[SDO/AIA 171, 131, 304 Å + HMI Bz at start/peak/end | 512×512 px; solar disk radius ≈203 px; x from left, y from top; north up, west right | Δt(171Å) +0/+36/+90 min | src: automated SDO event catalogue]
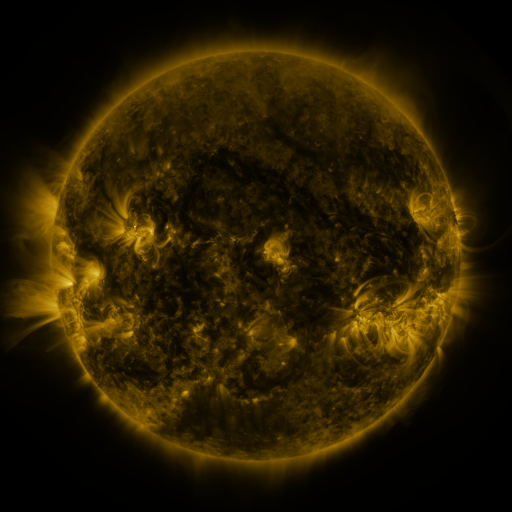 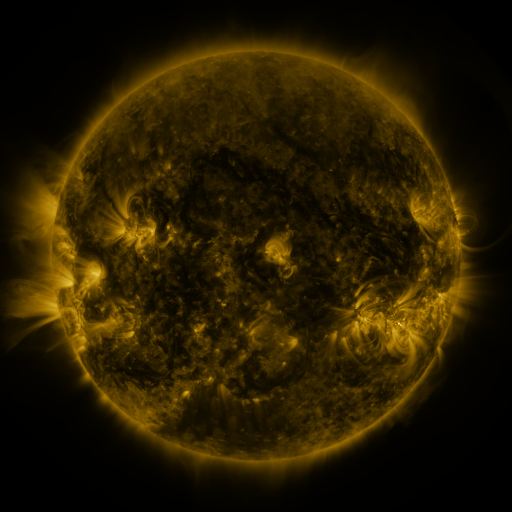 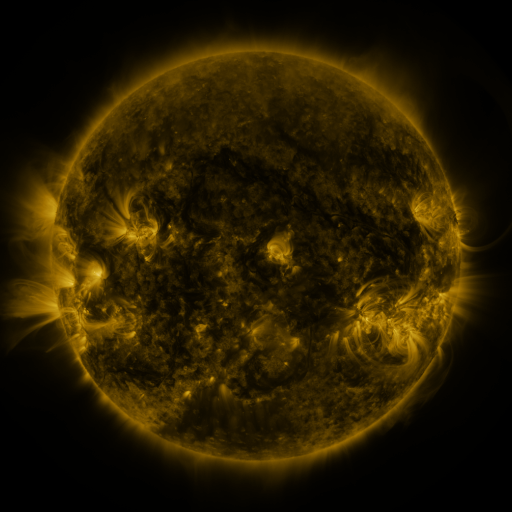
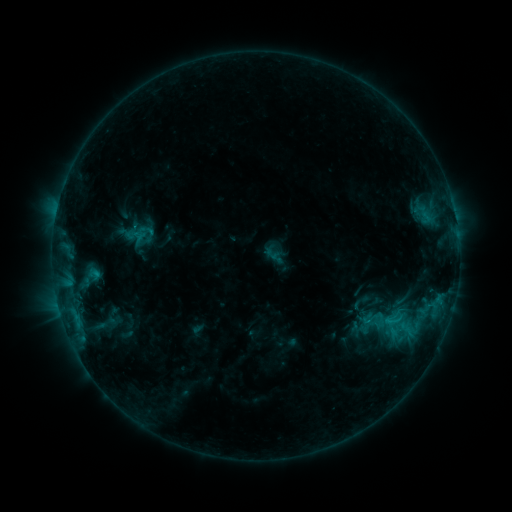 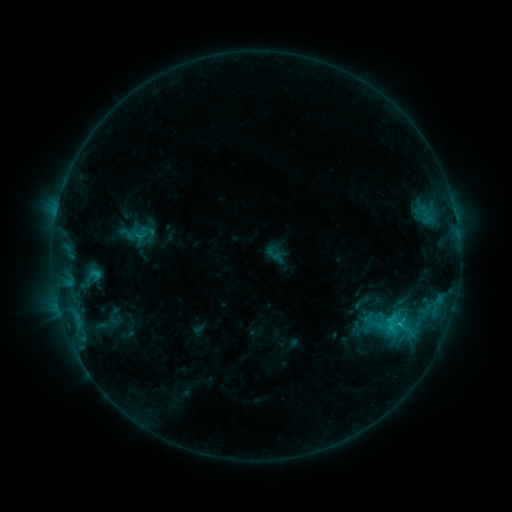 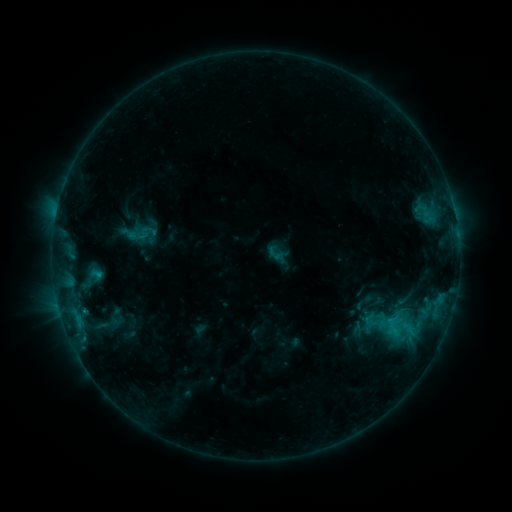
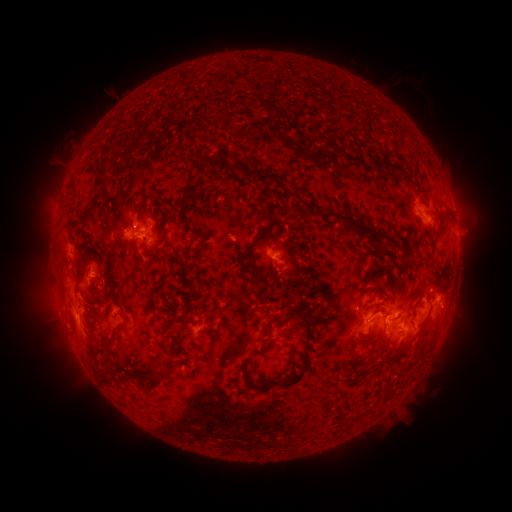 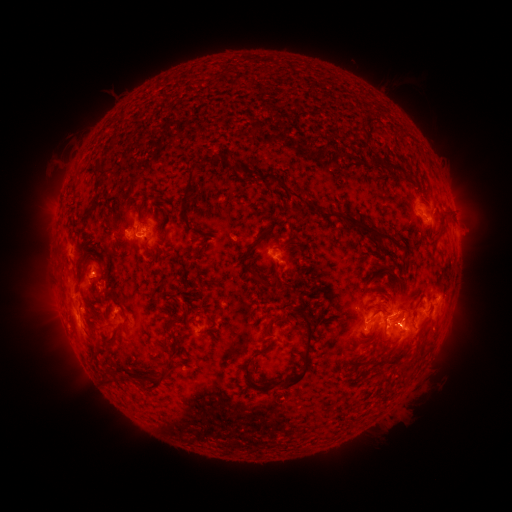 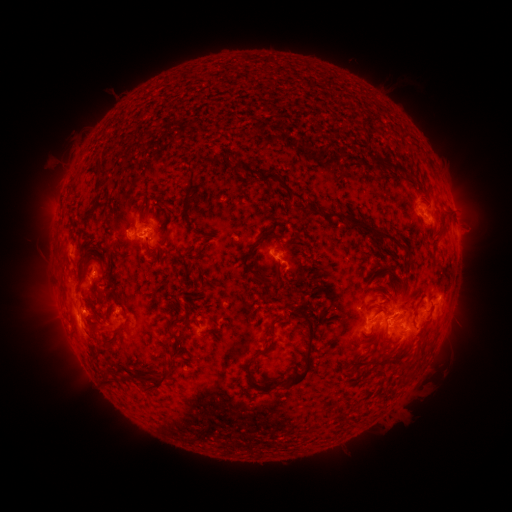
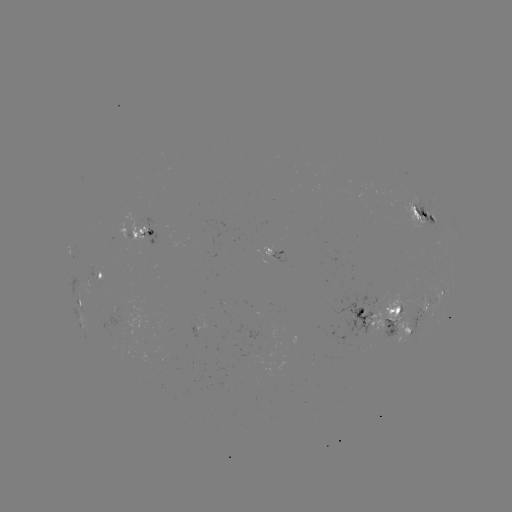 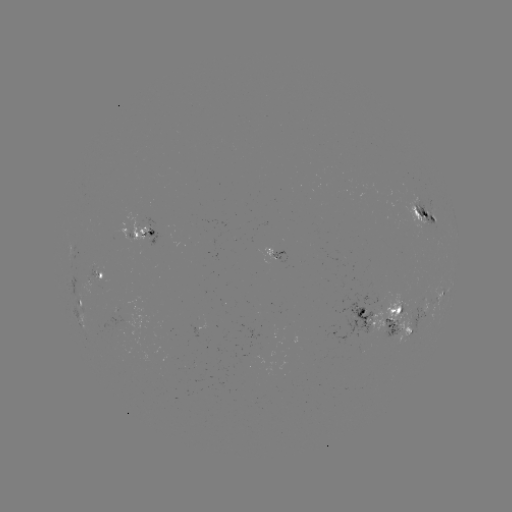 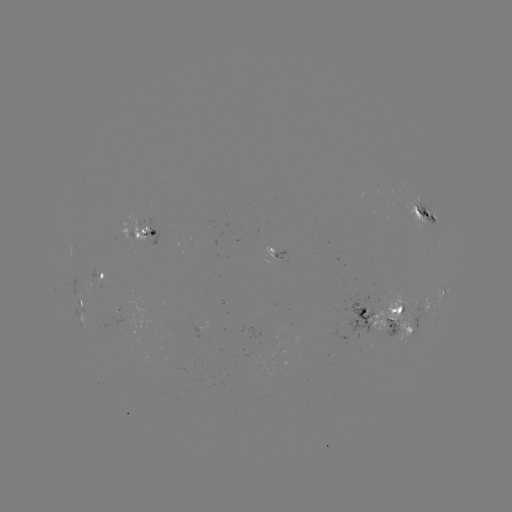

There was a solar flare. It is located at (394, 328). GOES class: C2.1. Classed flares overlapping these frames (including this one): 1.